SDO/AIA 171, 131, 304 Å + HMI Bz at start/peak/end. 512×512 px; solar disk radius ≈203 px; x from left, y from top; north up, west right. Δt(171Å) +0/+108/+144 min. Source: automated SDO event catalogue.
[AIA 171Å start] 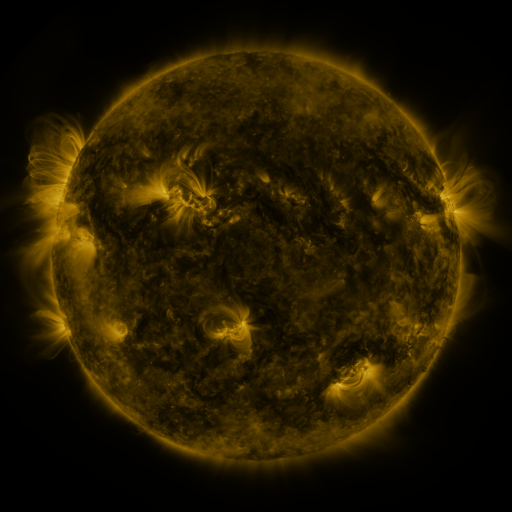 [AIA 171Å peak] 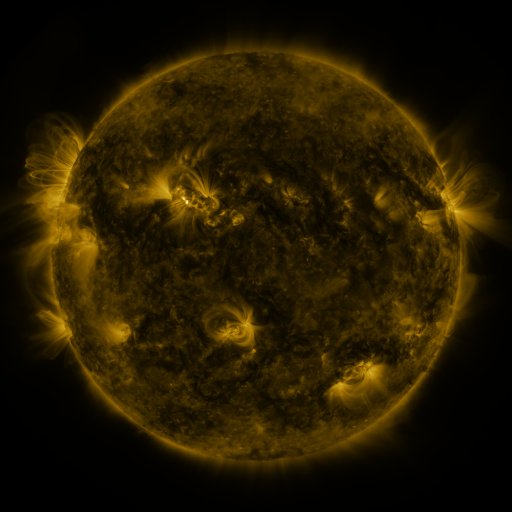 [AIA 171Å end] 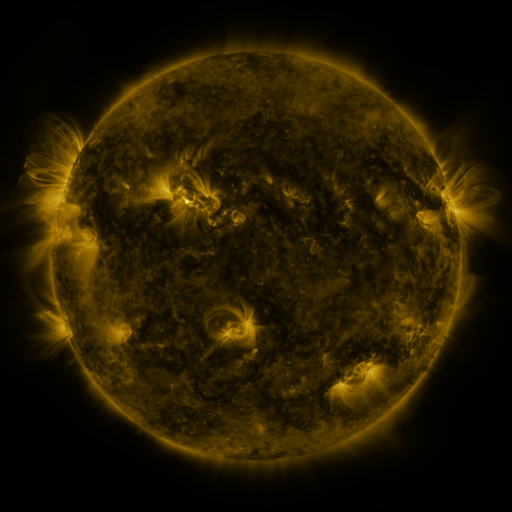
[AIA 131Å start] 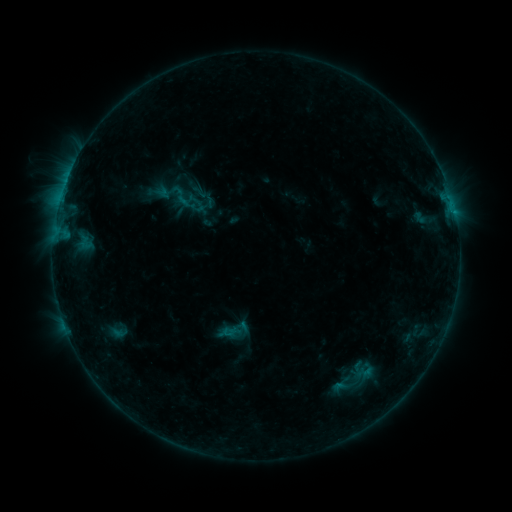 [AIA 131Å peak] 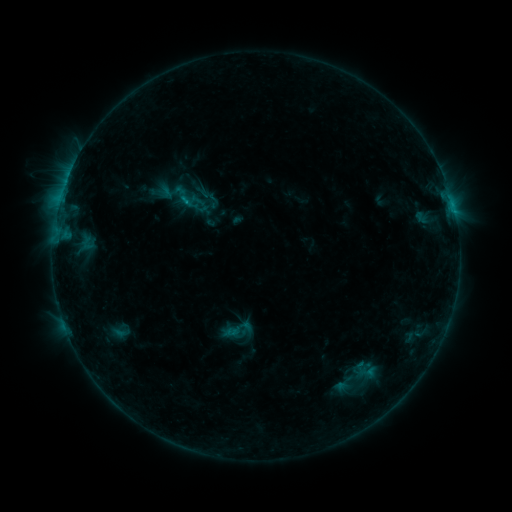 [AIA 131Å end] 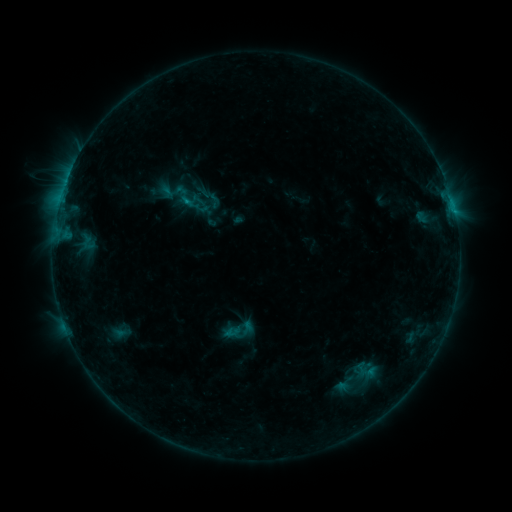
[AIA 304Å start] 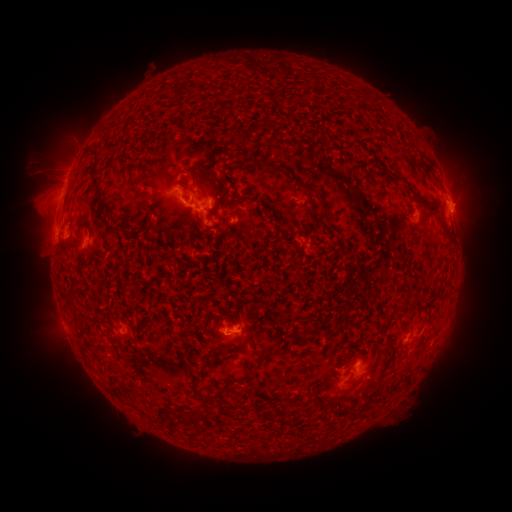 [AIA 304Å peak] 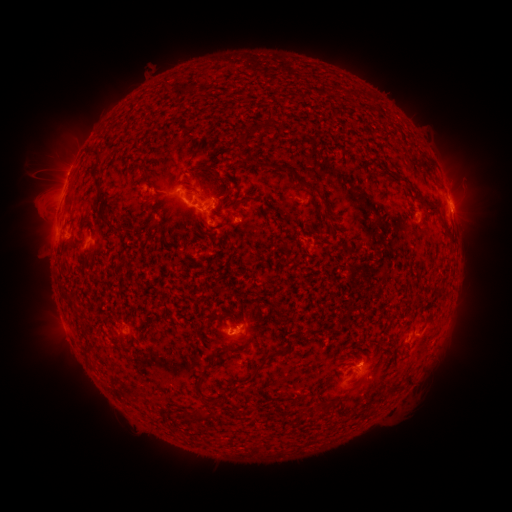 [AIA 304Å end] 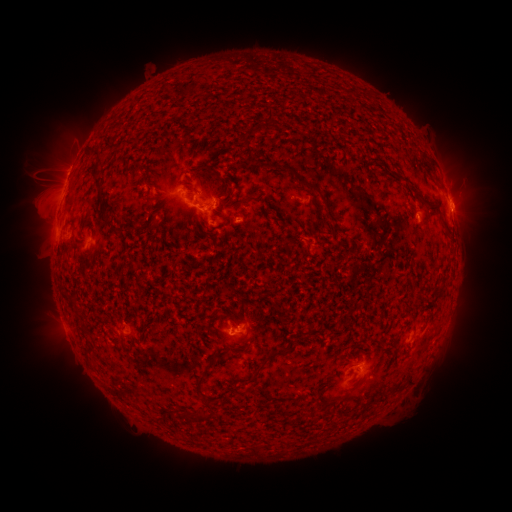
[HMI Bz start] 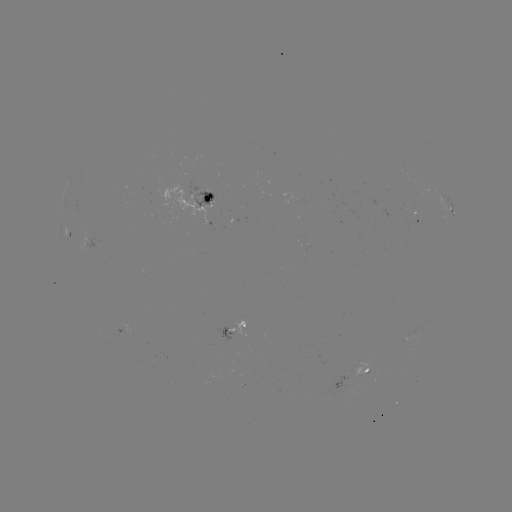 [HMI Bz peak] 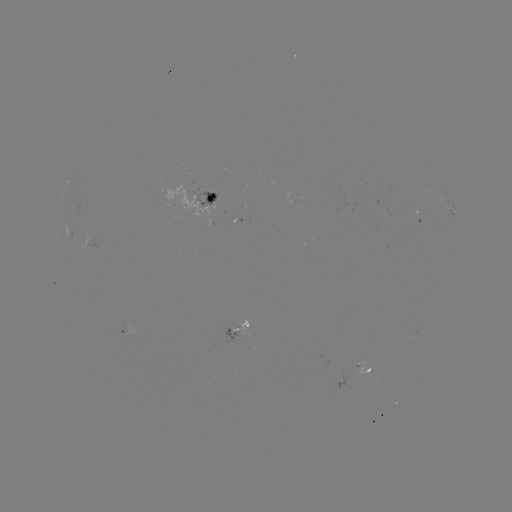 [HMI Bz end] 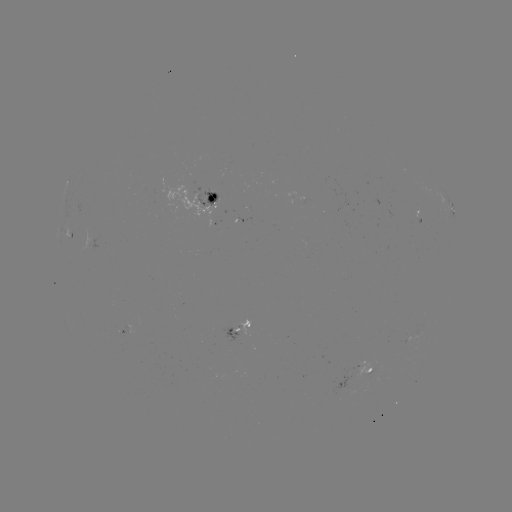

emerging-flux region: <bbox>355, 362, 369, 377</bbox>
